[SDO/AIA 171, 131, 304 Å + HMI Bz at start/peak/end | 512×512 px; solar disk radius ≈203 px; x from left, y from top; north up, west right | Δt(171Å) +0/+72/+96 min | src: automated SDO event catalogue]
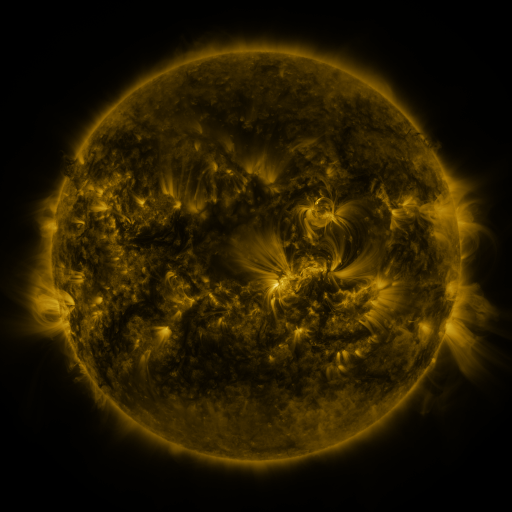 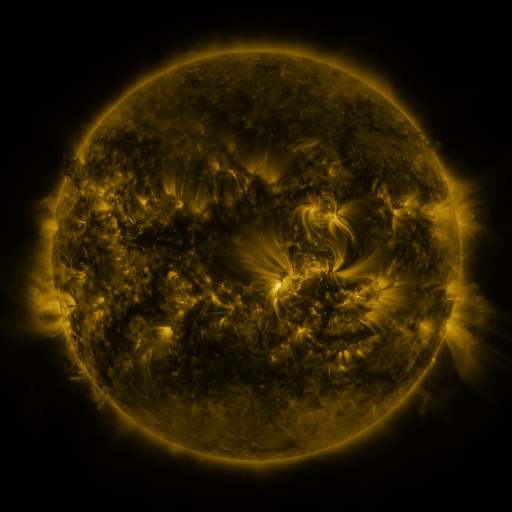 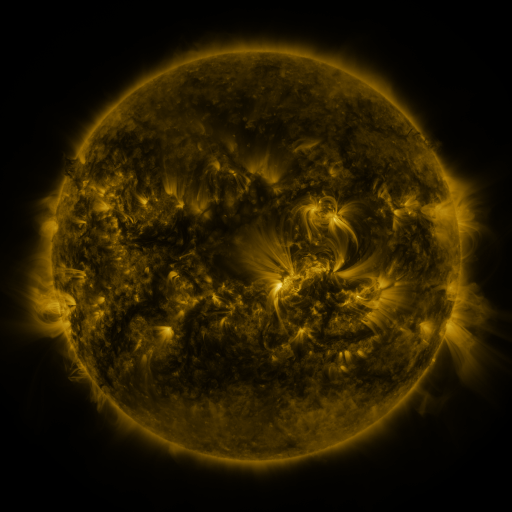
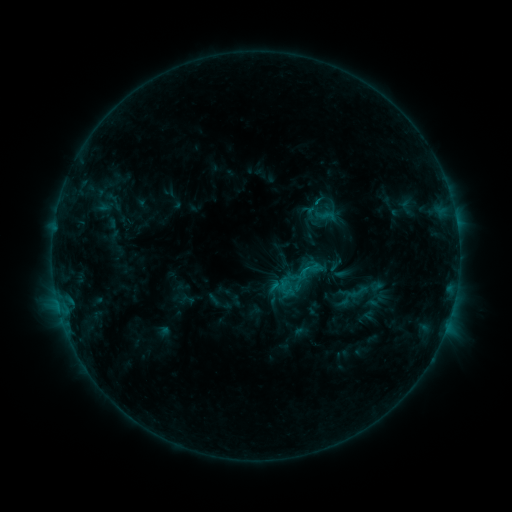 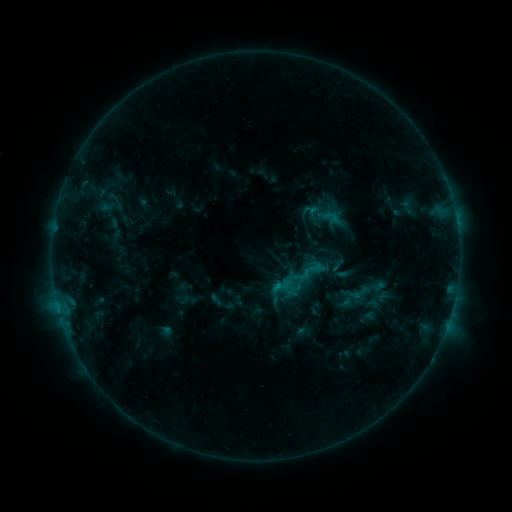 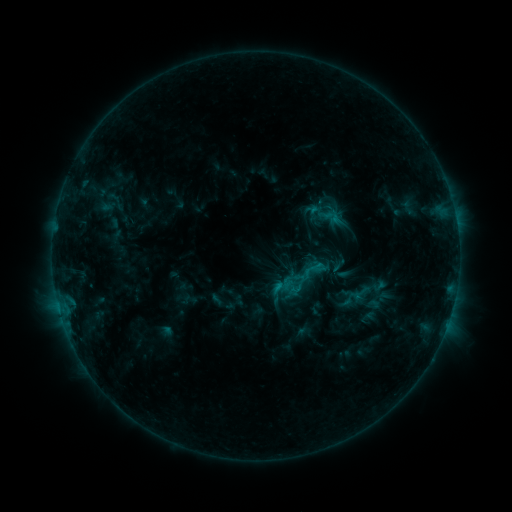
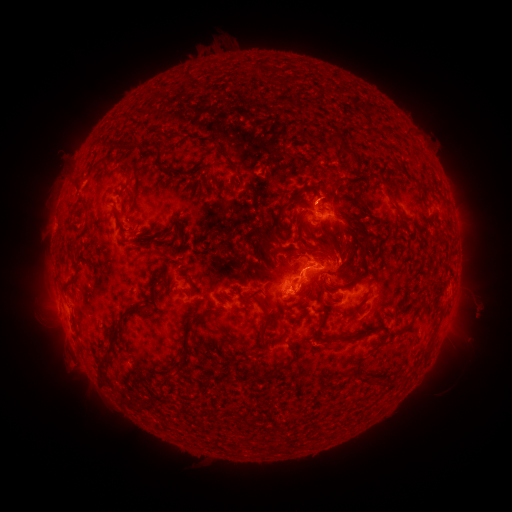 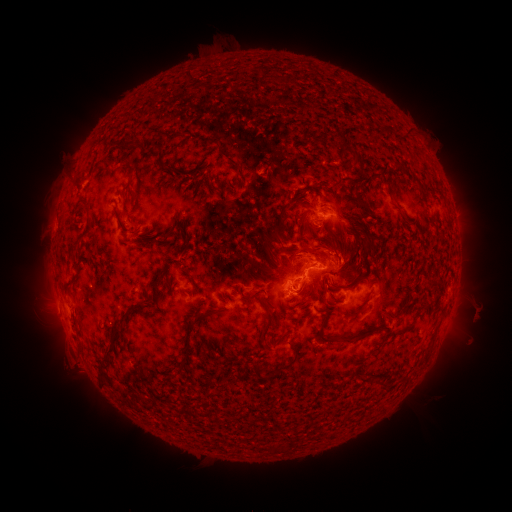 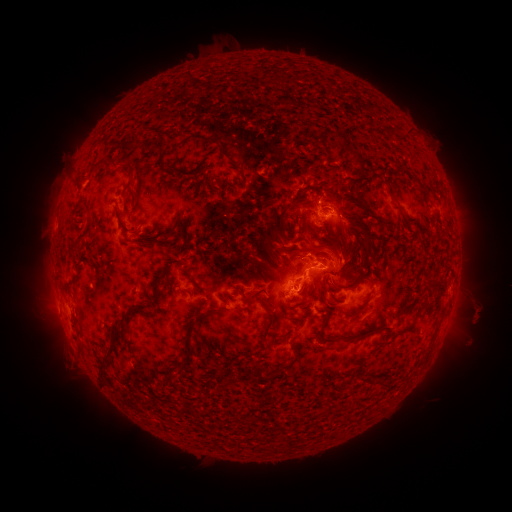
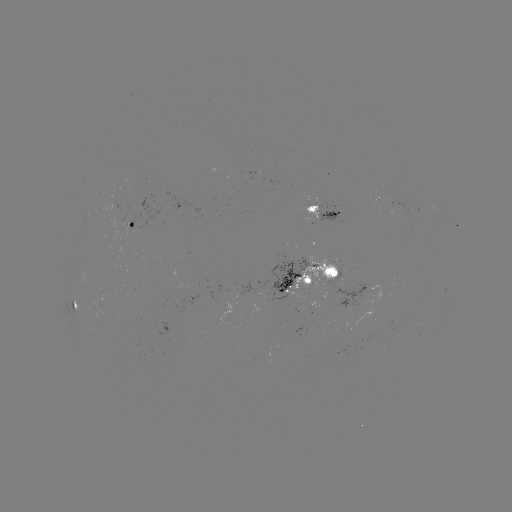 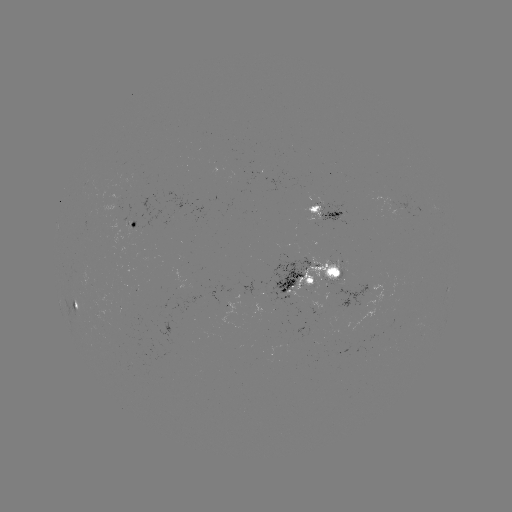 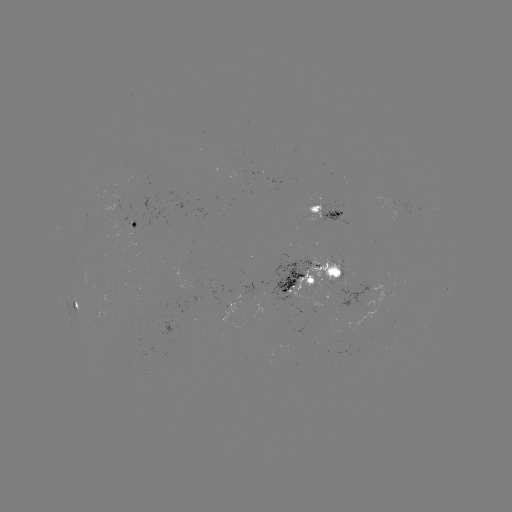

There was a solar emerging-flux region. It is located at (129, 225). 